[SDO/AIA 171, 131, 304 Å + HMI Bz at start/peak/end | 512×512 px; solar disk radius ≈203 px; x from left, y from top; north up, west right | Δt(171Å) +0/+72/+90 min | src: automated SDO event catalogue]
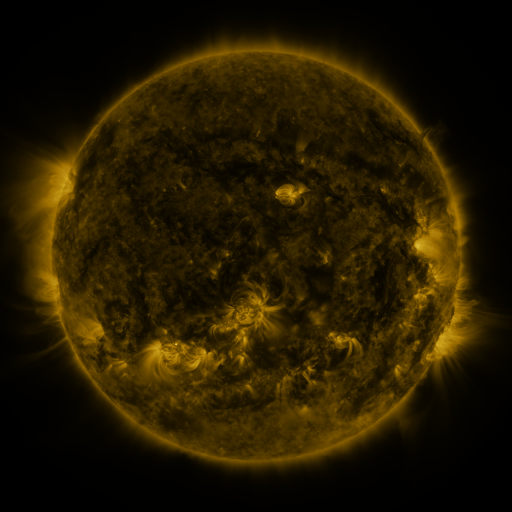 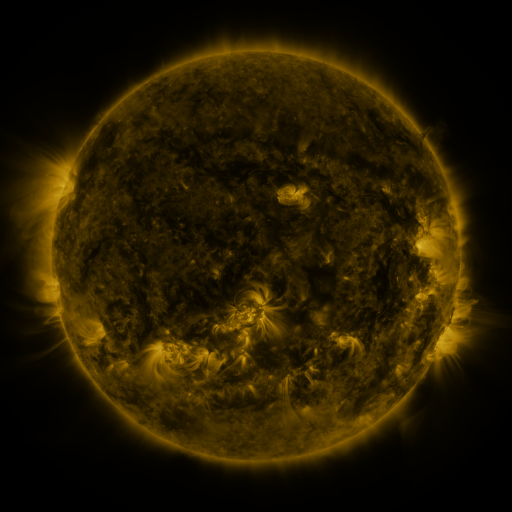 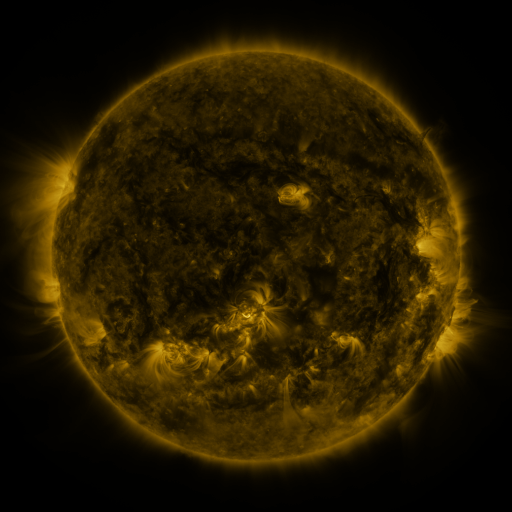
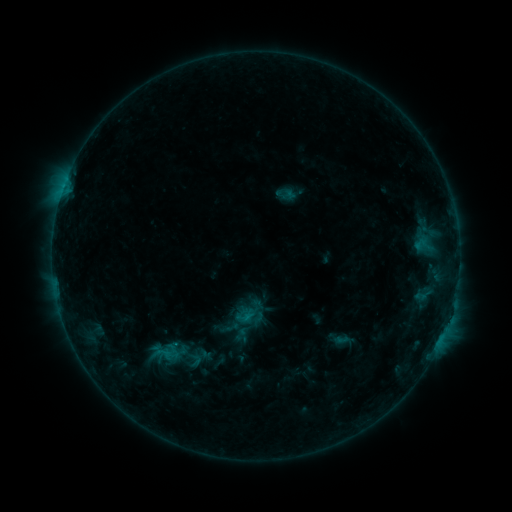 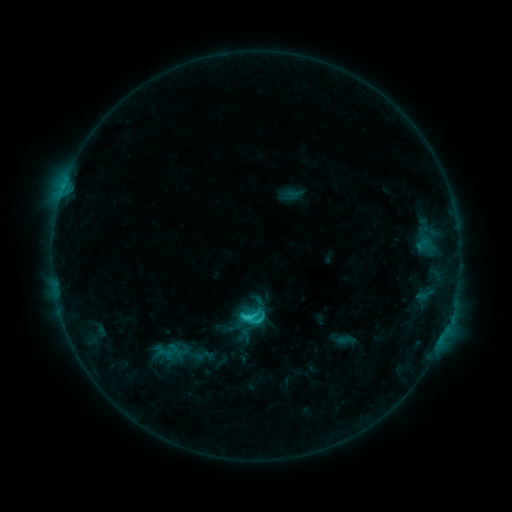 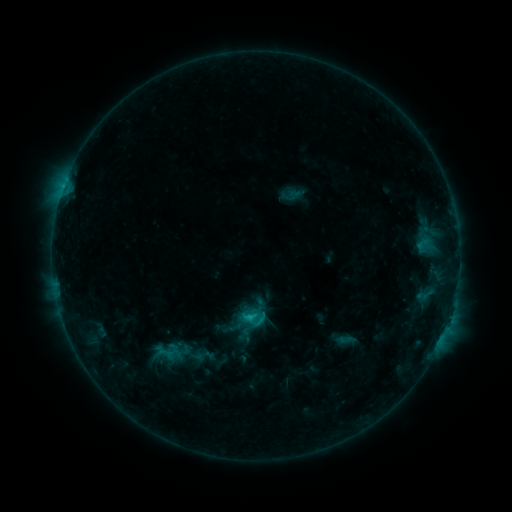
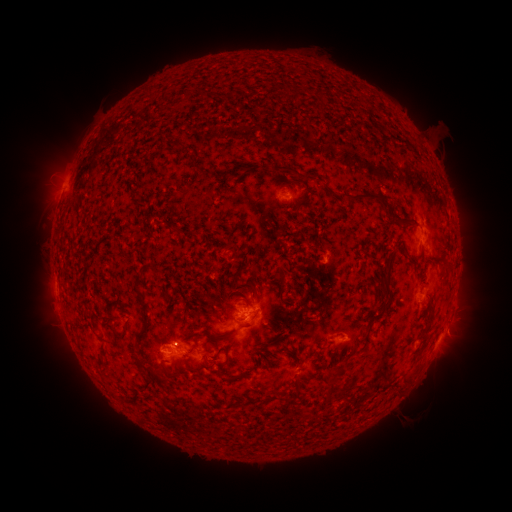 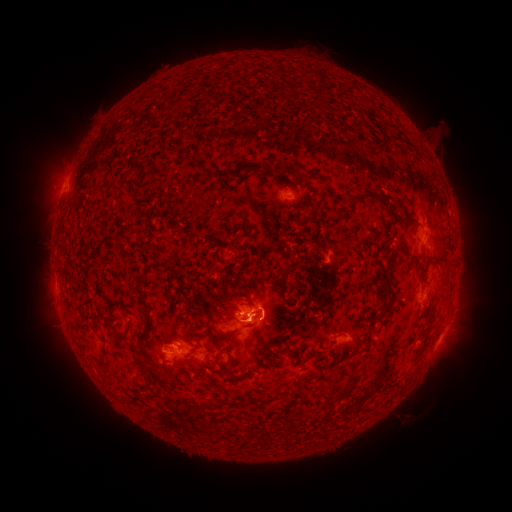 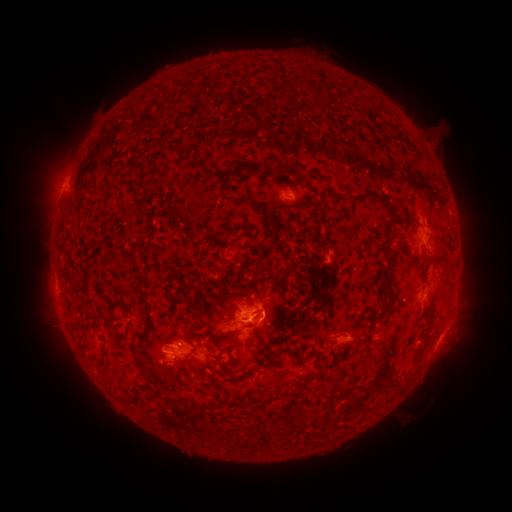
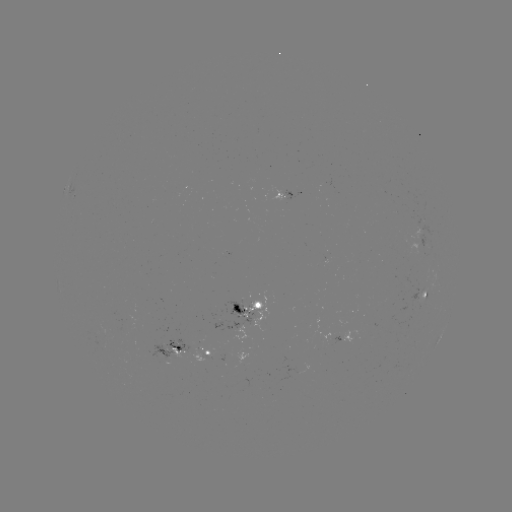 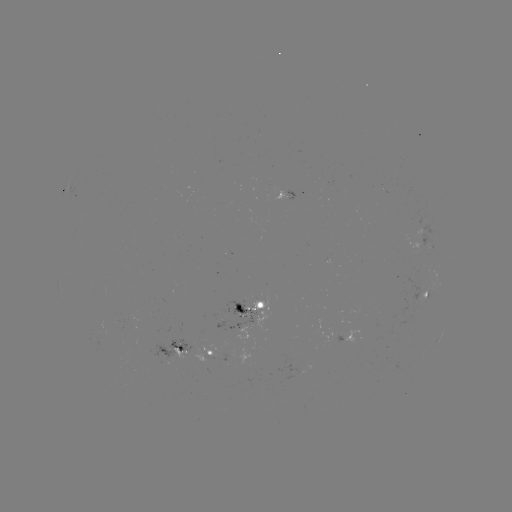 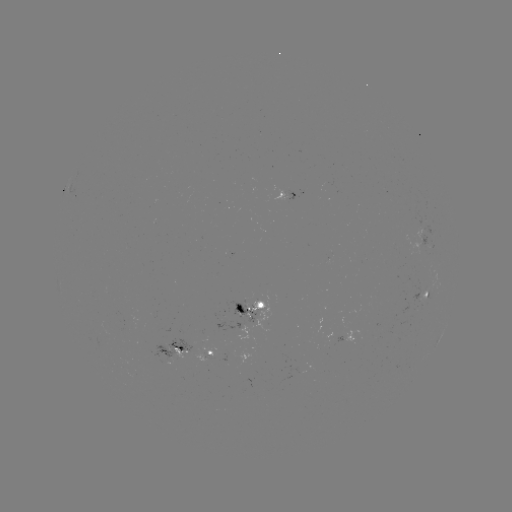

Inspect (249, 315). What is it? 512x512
C2.4 flare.